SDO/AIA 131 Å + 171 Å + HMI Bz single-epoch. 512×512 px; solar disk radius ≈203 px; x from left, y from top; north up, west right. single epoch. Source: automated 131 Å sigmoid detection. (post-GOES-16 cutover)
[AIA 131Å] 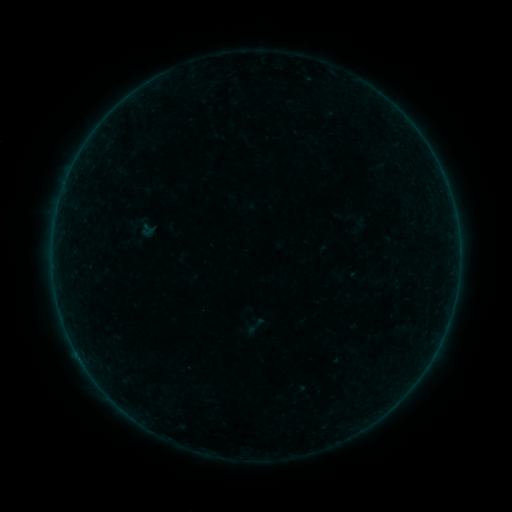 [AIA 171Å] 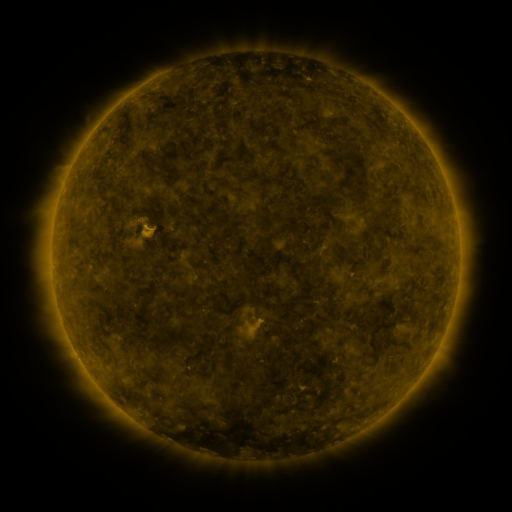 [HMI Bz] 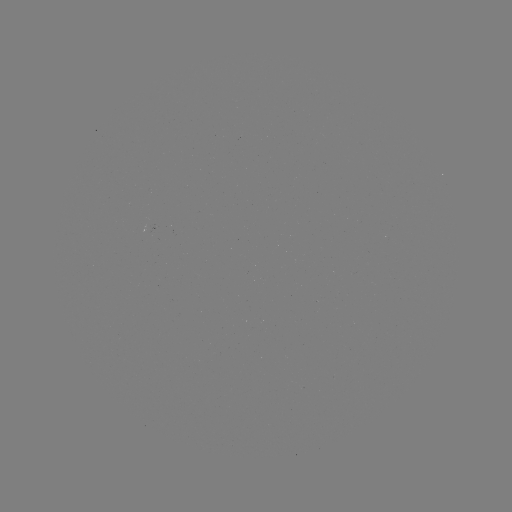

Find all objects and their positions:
sigmoid: (141, 227)
